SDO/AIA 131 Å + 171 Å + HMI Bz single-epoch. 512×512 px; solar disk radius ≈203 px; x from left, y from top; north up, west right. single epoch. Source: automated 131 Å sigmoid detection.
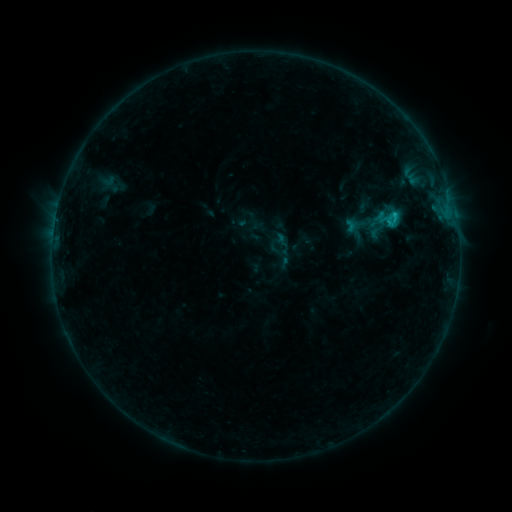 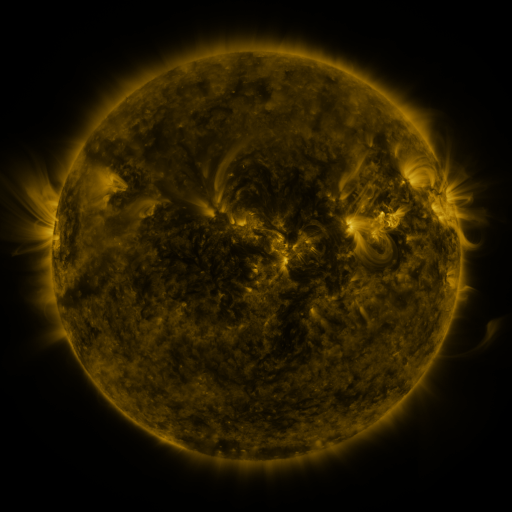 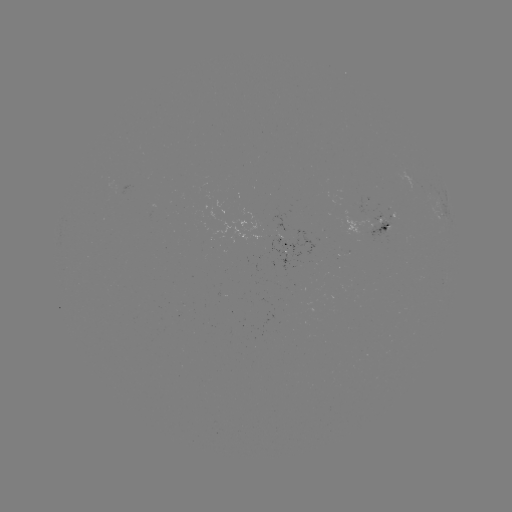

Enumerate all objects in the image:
sigmoid: <bbox>372, 205, 404, 231</bbox>
